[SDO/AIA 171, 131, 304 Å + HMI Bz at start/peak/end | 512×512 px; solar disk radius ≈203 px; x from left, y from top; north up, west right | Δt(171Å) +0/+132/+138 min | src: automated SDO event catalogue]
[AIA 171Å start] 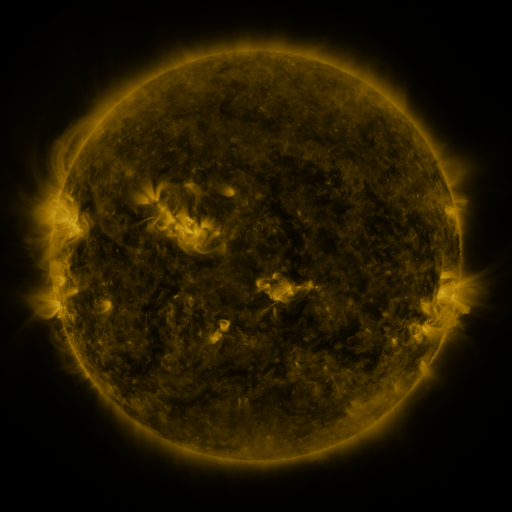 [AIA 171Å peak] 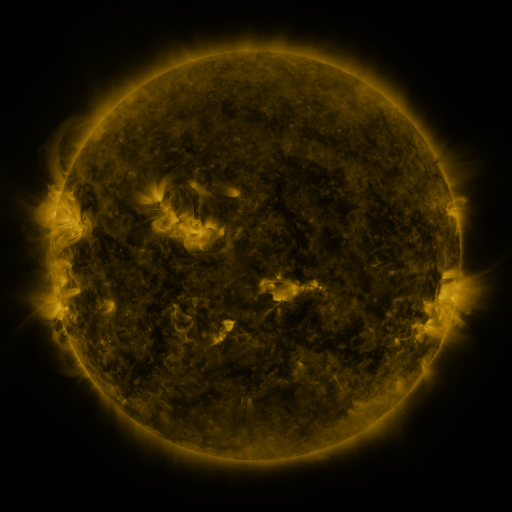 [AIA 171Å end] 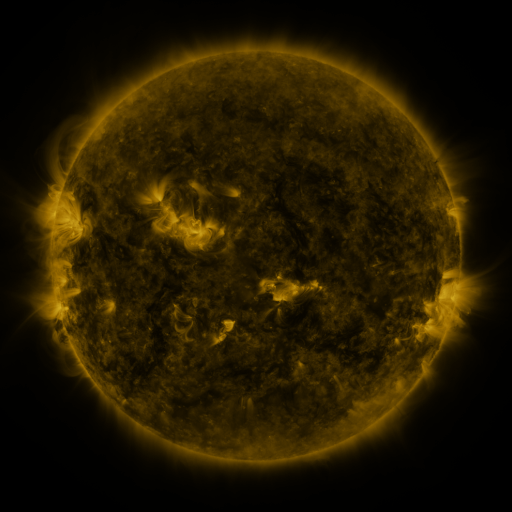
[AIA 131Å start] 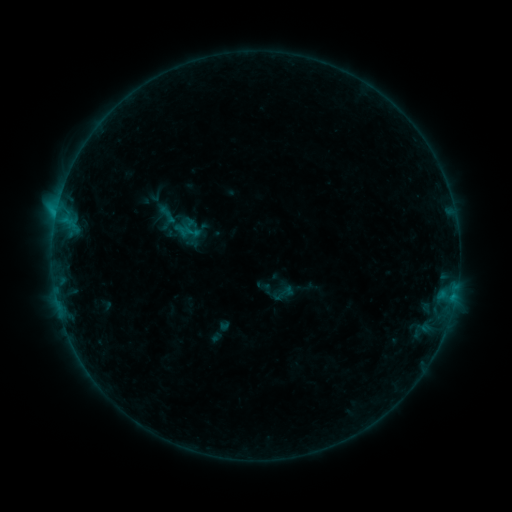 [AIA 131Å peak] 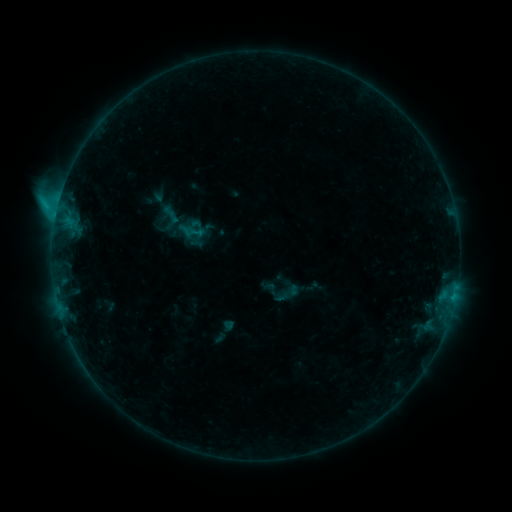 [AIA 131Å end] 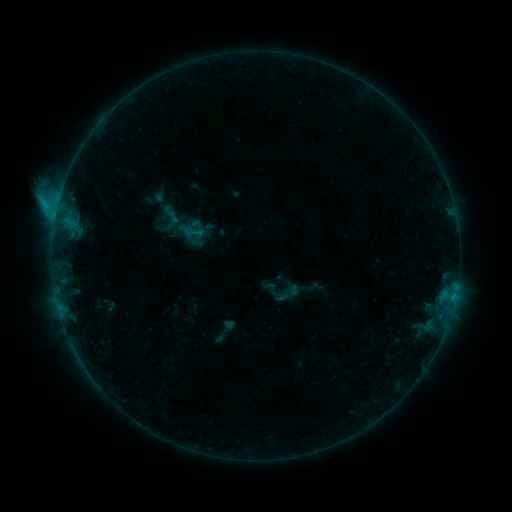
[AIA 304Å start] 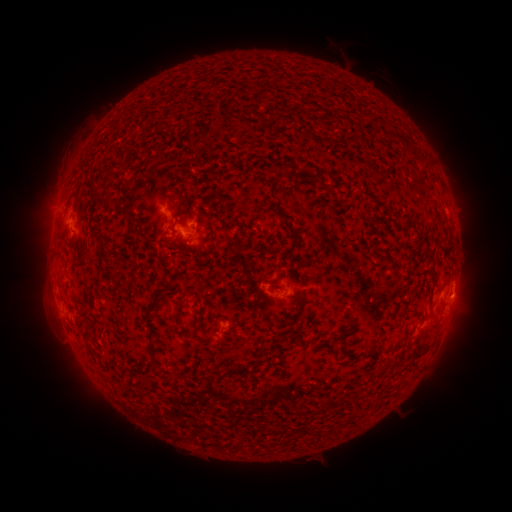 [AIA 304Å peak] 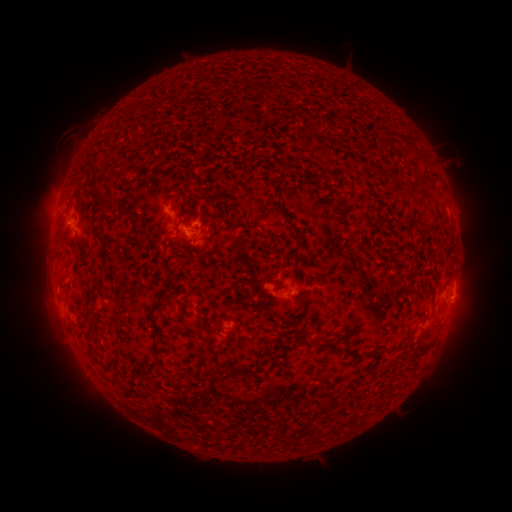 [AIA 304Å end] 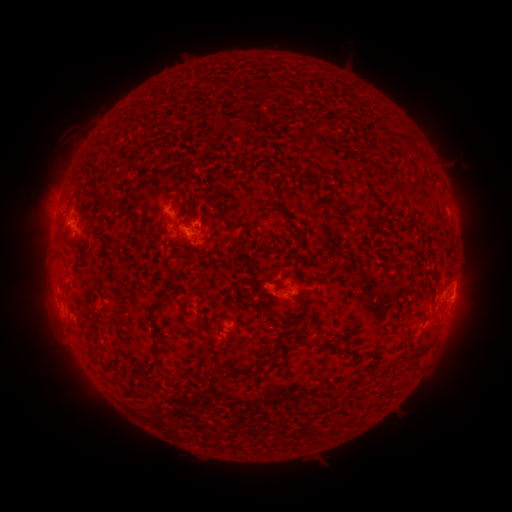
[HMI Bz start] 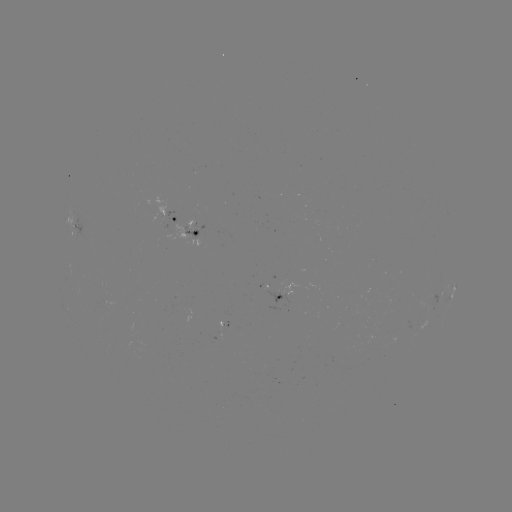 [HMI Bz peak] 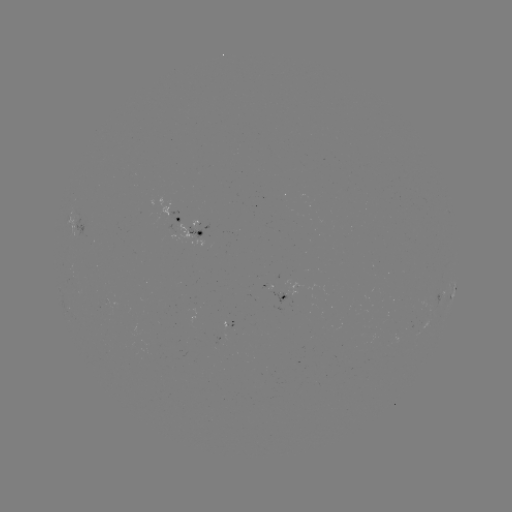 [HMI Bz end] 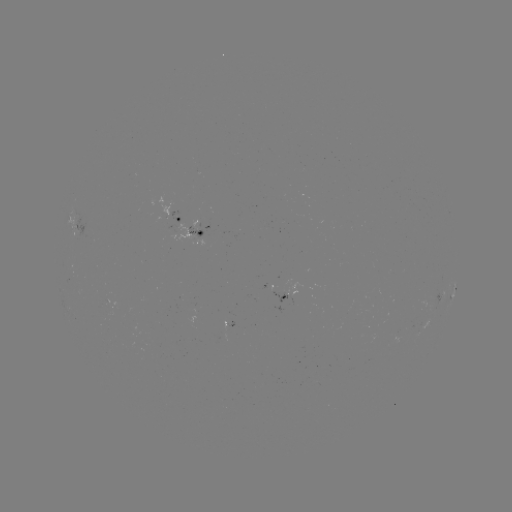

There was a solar flare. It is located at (58, 210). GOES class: C1.7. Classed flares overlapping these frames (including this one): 3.